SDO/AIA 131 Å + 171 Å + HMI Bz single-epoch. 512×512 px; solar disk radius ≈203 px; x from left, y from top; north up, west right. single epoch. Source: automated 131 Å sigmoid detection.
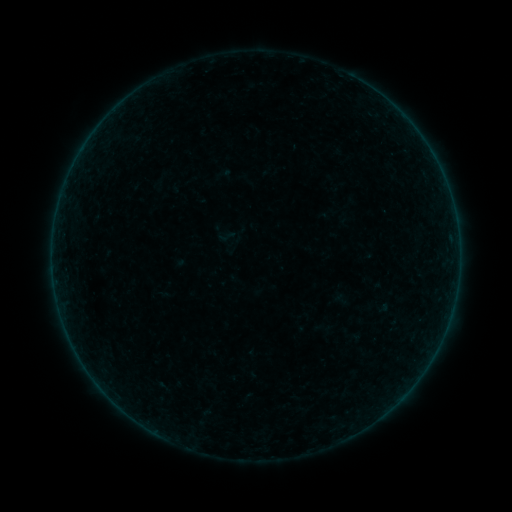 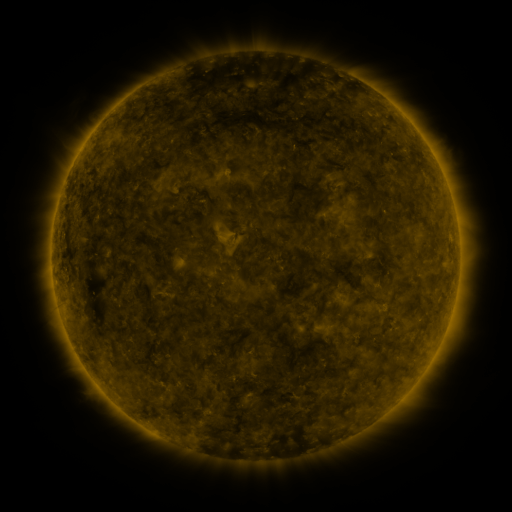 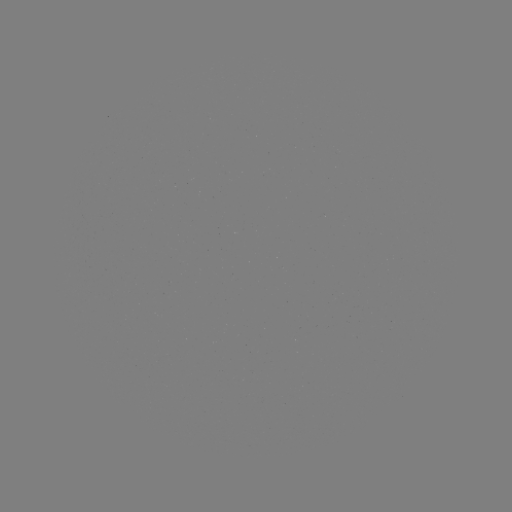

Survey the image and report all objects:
sigmoid: (227, 237)
